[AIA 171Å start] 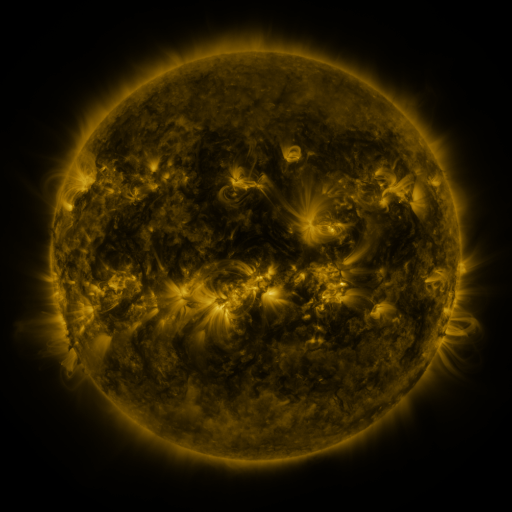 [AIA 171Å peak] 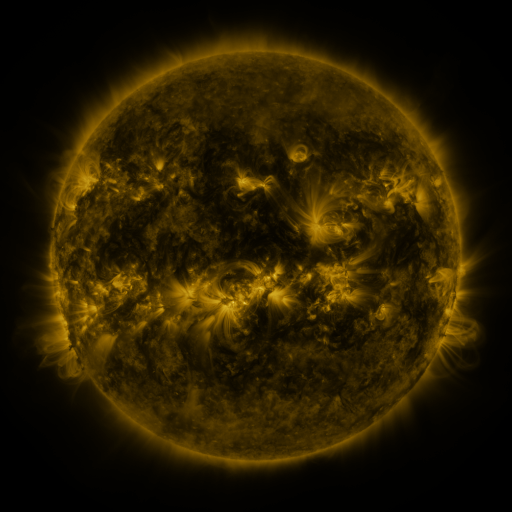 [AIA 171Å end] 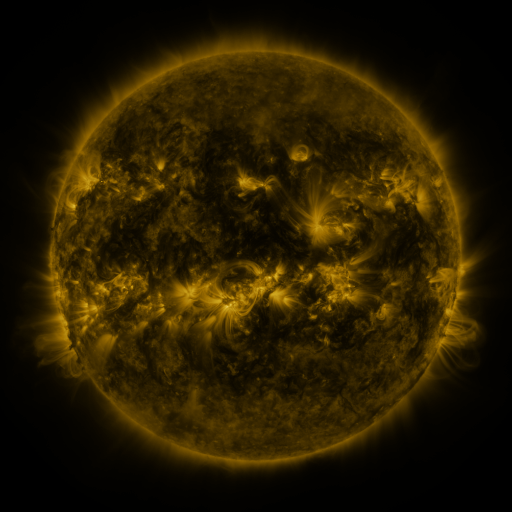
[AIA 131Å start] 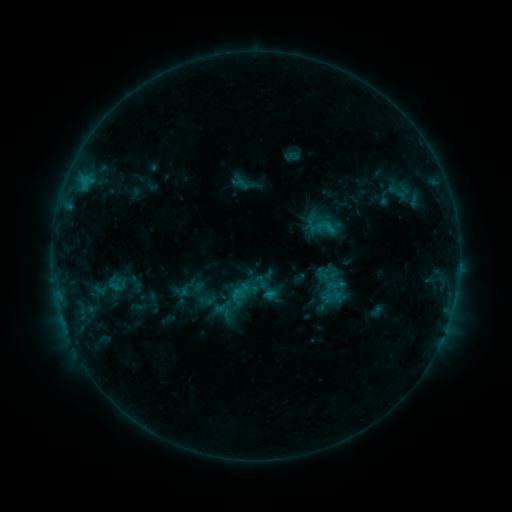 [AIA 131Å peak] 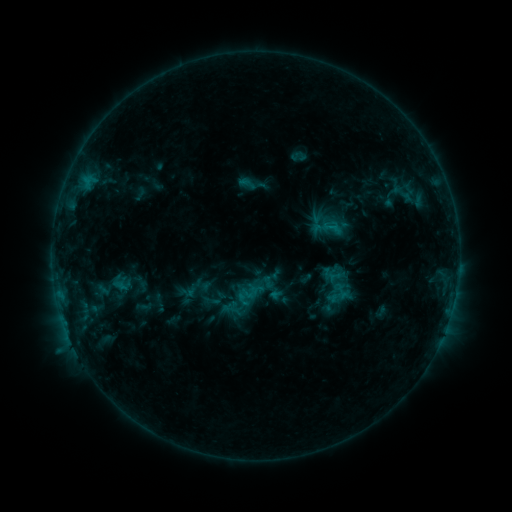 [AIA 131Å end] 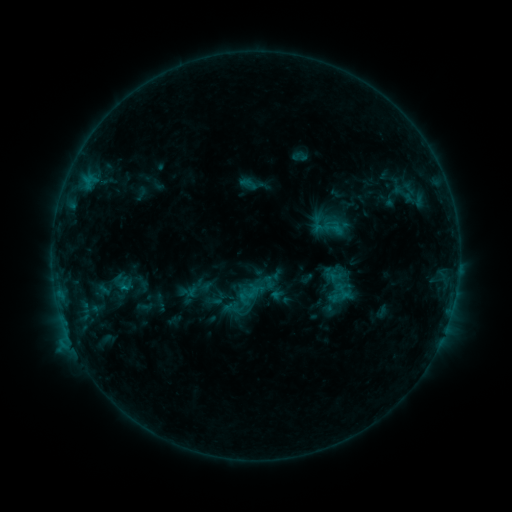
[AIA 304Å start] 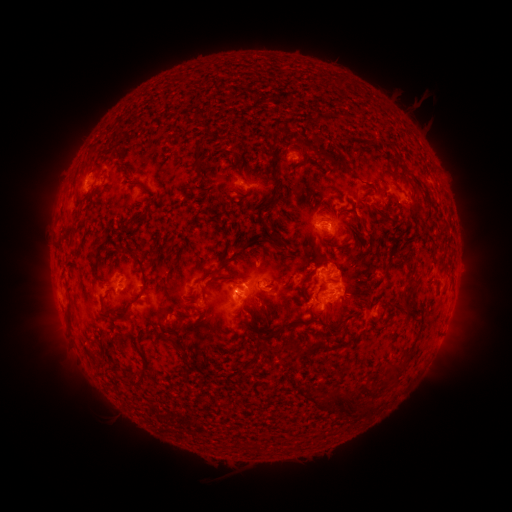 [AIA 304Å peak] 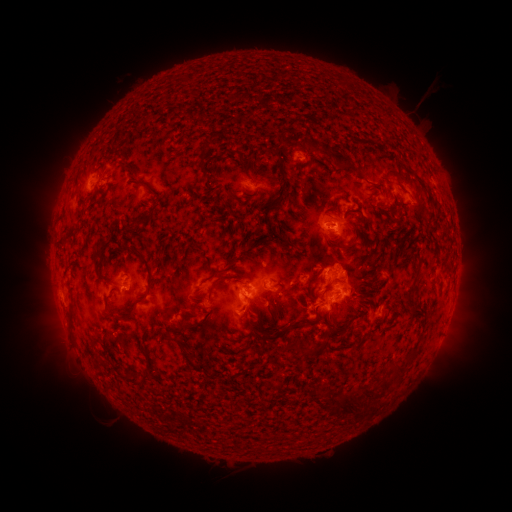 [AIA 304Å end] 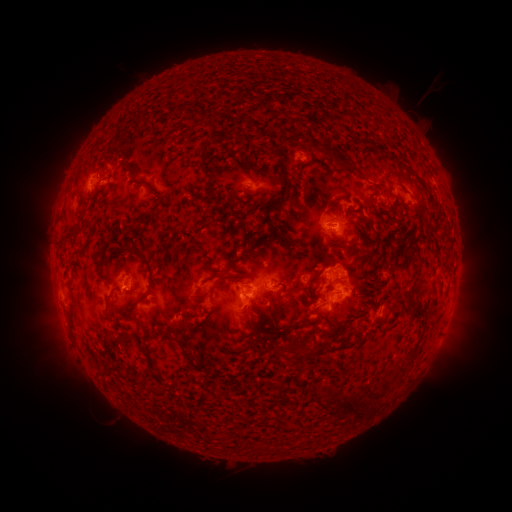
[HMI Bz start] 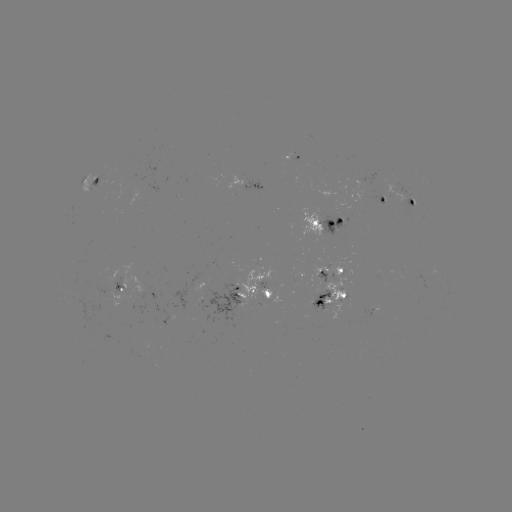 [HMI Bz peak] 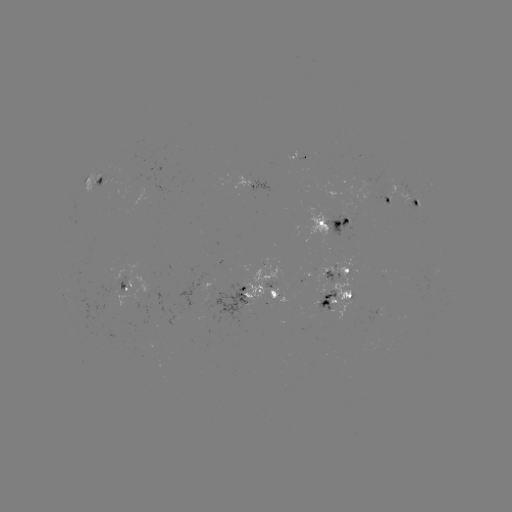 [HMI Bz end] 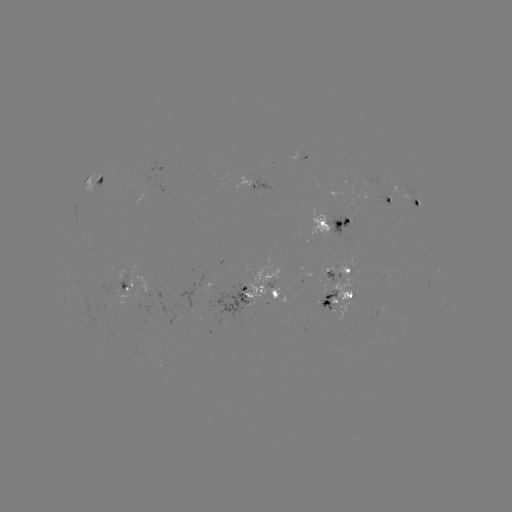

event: emerging-flux region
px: (219, 300)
